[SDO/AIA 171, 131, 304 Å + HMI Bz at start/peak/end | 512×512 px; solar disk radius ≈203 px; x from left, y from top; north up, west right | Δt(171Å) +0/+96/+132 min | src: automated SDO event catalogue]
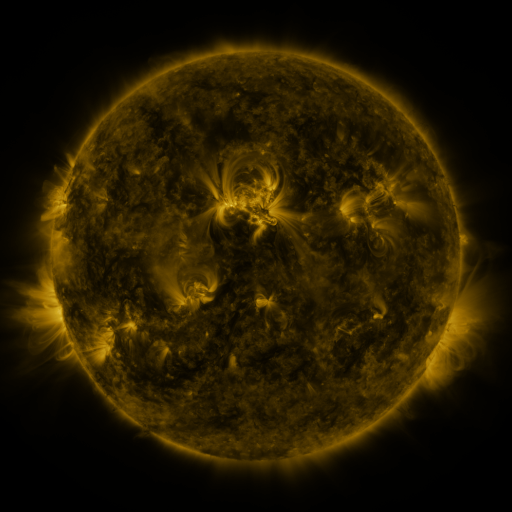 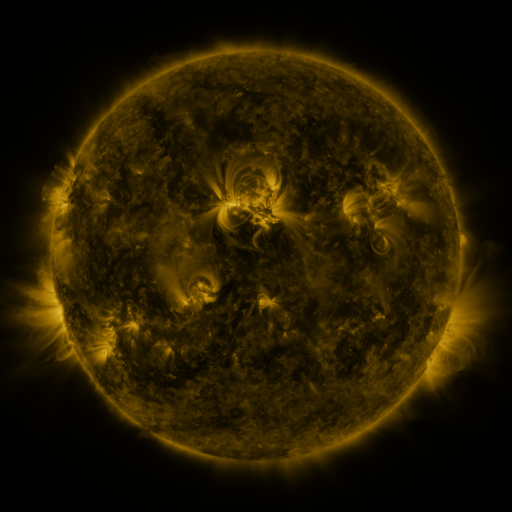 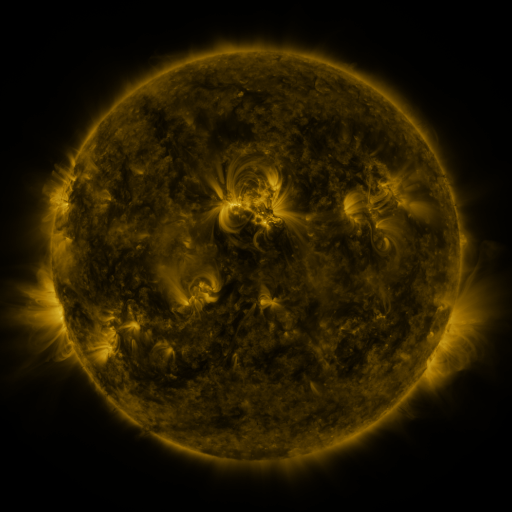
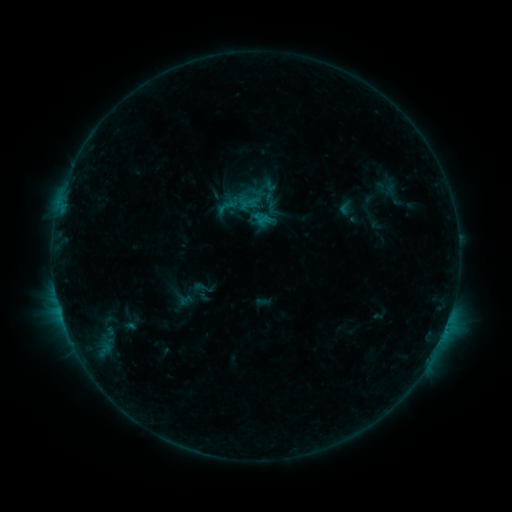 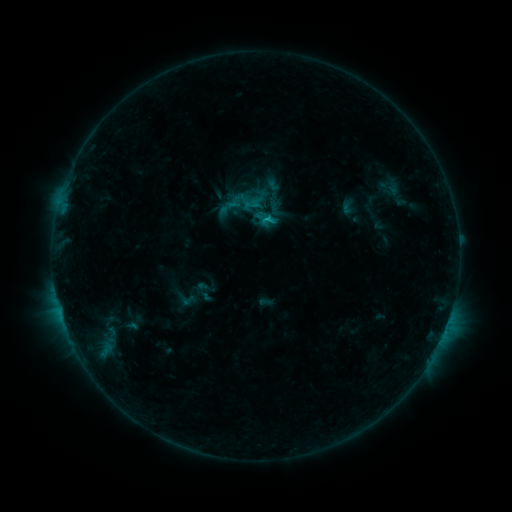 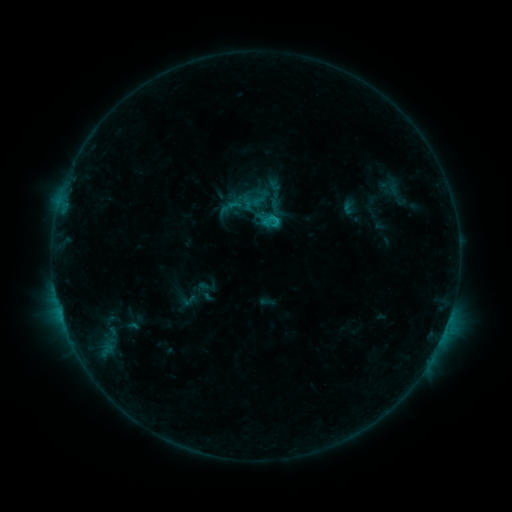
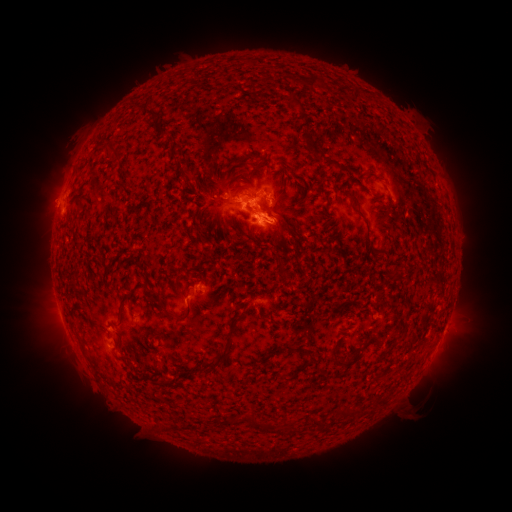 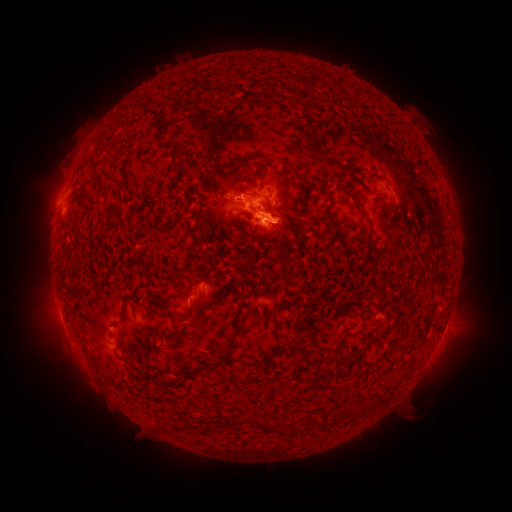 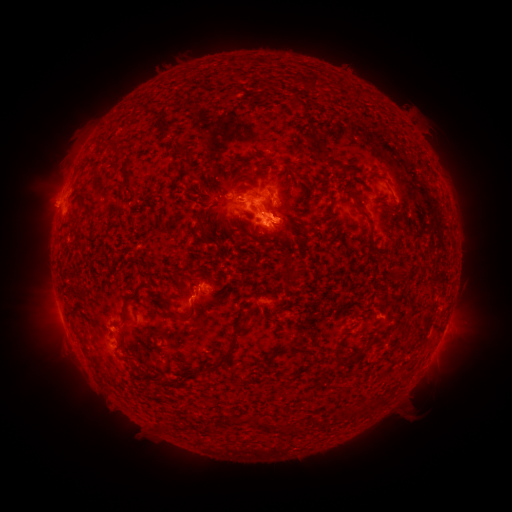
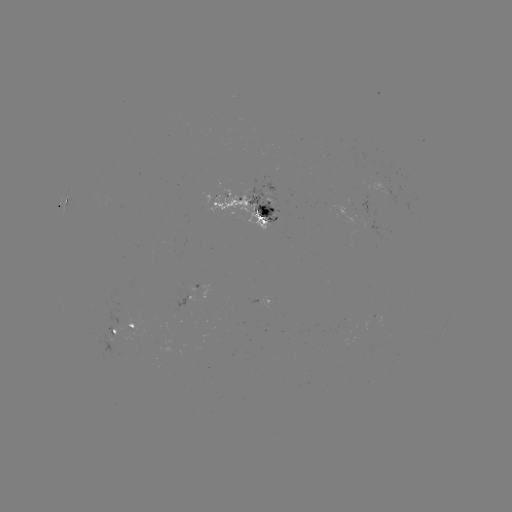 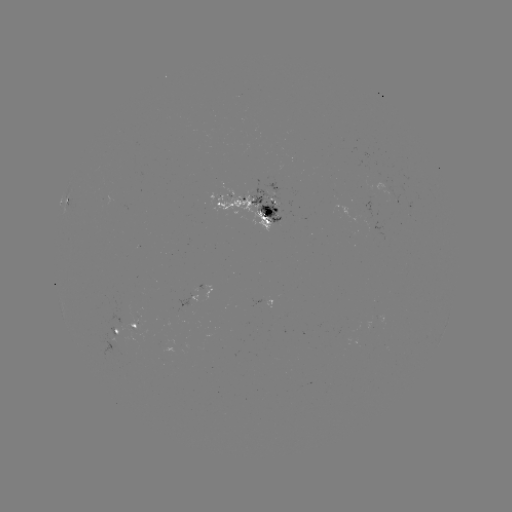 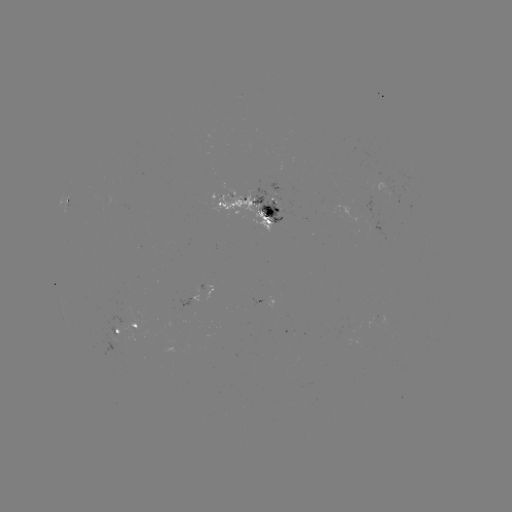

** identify emerging-flux region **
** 256,303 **